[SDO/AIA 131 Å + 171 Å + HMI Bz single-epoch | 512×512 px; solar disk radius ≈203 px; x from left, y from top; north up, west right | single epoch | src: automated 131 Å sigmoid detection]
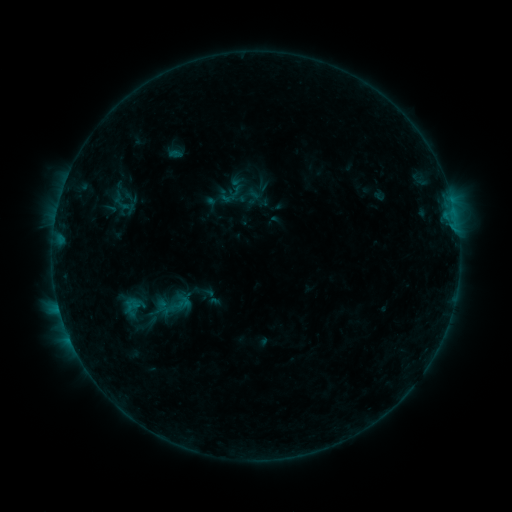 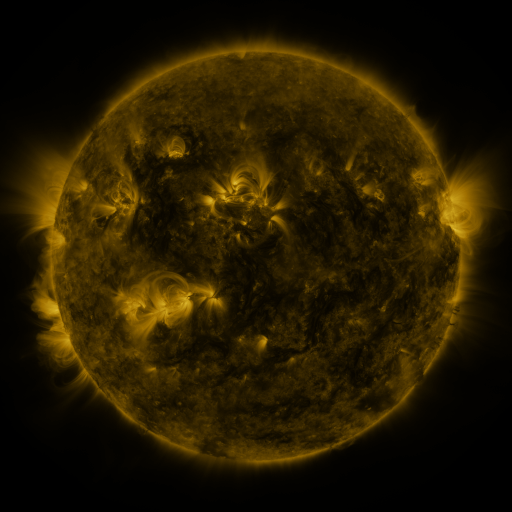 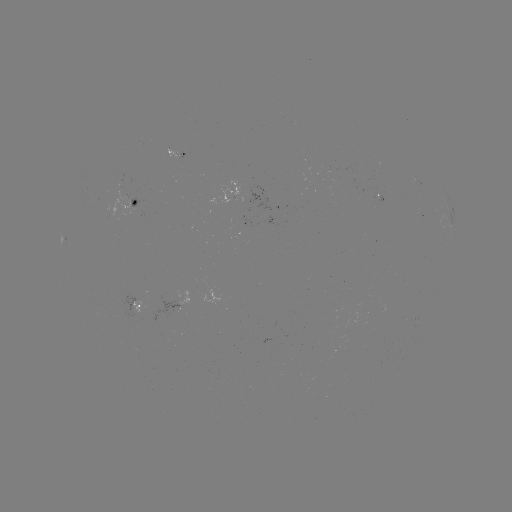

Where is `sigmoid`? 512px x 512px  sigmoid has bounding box [162, 291, 192, 316].